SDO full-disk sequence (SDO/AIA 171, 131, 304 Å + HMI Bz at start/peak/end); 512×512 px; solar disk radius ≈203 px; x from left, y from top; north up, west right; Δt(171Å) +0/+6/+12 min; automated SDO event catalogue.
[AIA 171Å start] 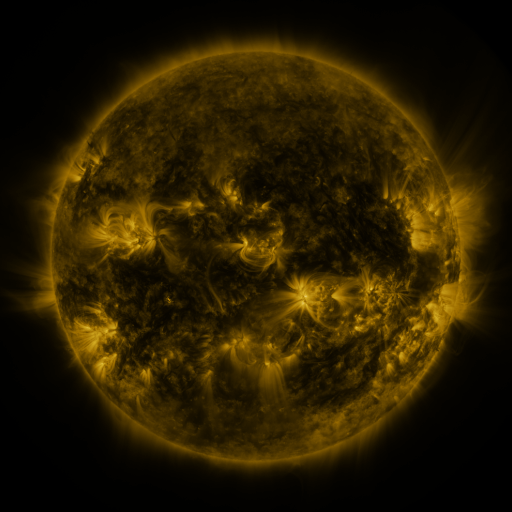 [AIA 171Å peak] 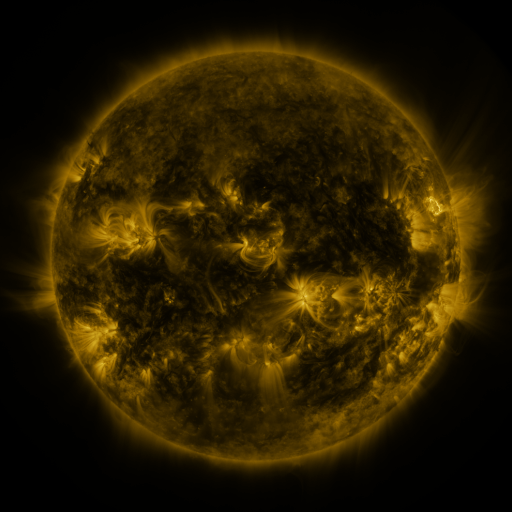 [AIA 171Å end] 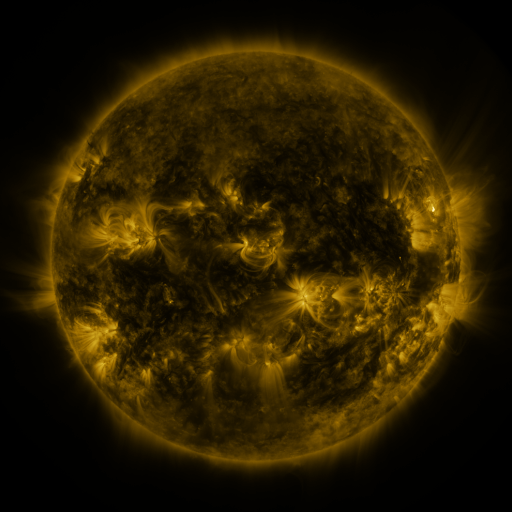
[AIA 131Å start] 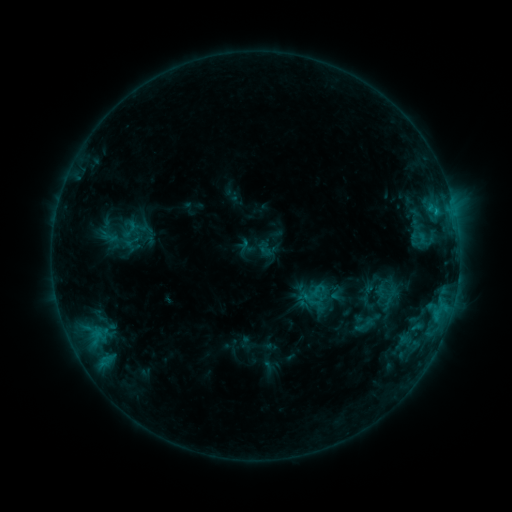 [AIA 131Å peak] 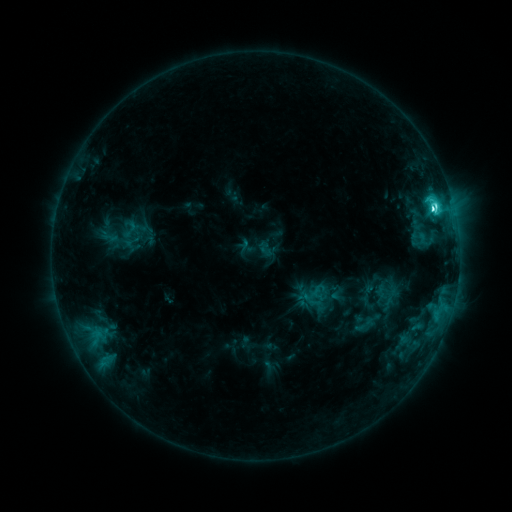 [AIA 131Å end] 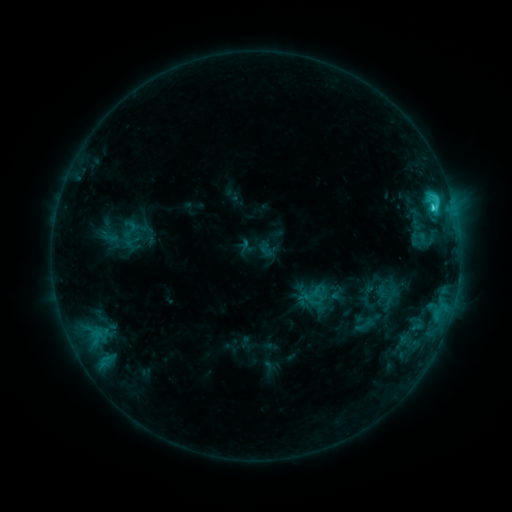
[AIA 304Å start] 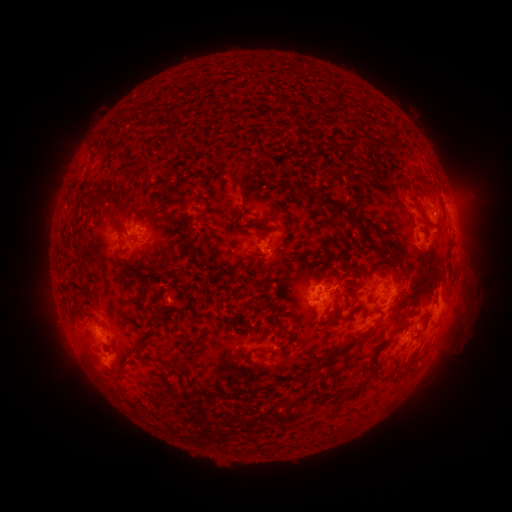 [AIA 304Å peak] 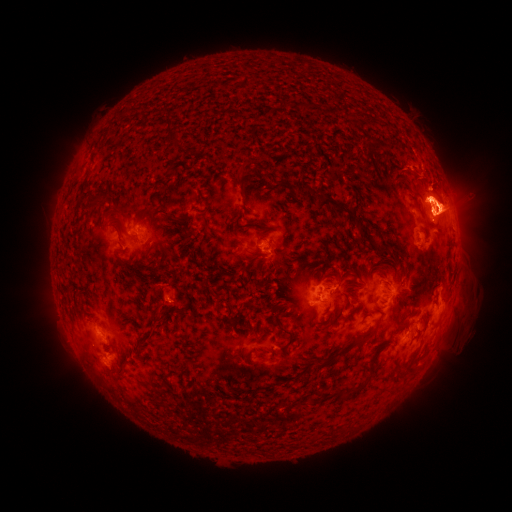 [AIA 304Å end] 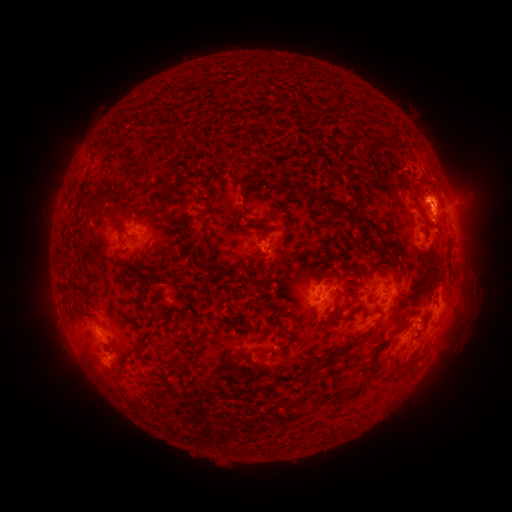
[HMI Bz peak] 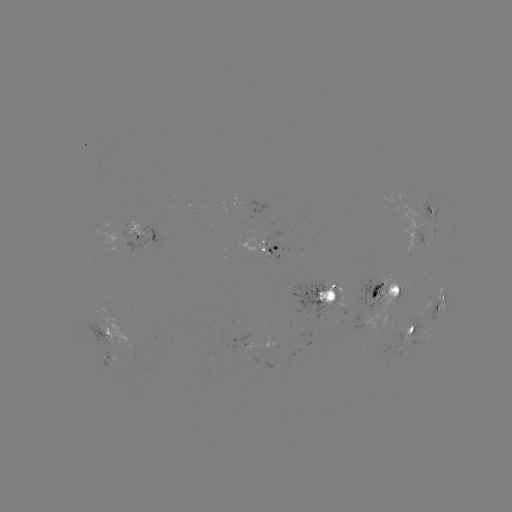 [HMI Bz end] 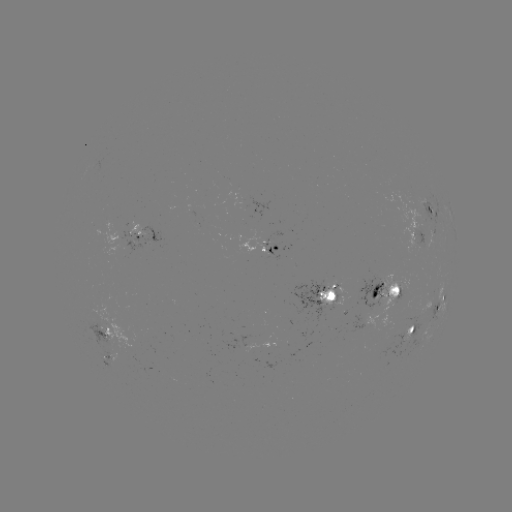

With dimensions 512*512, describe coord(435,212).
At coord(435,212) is C5.7 flare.